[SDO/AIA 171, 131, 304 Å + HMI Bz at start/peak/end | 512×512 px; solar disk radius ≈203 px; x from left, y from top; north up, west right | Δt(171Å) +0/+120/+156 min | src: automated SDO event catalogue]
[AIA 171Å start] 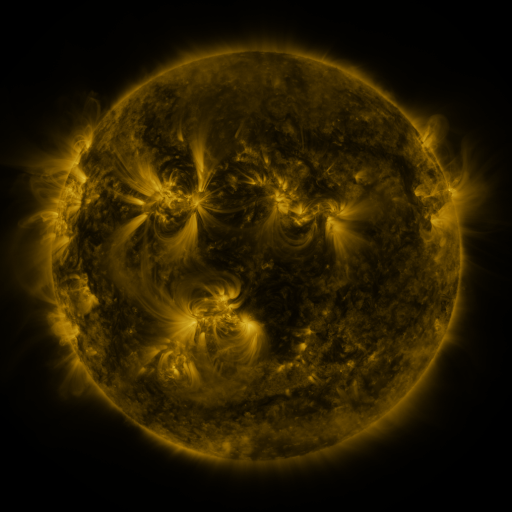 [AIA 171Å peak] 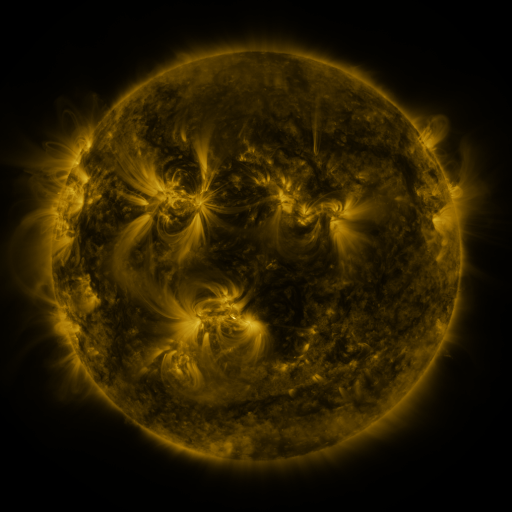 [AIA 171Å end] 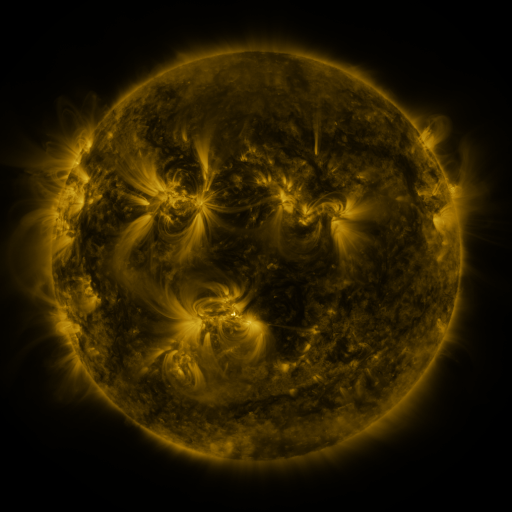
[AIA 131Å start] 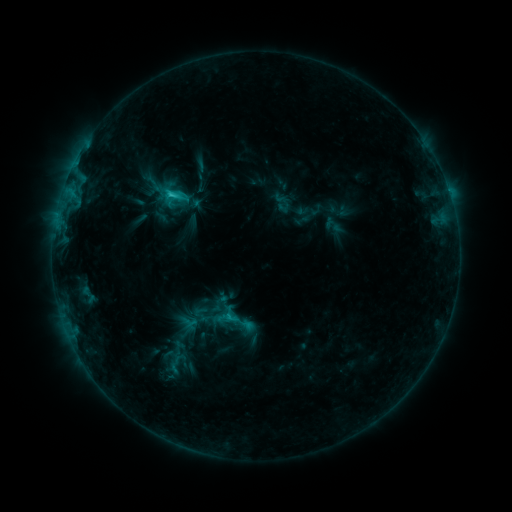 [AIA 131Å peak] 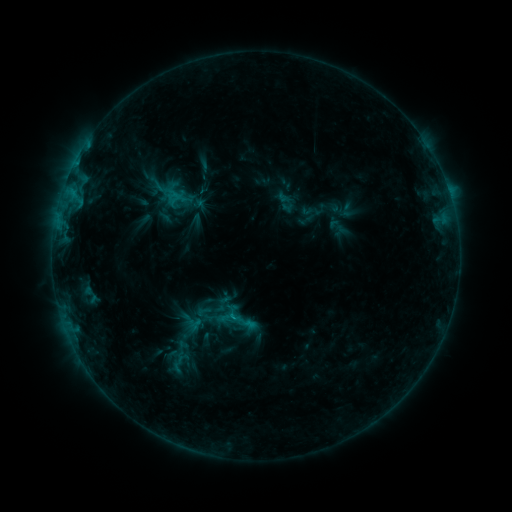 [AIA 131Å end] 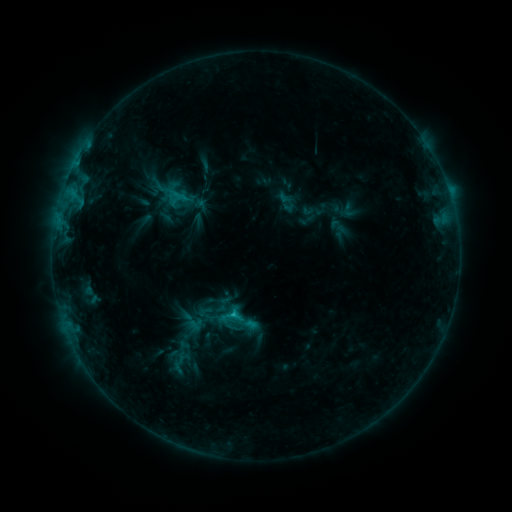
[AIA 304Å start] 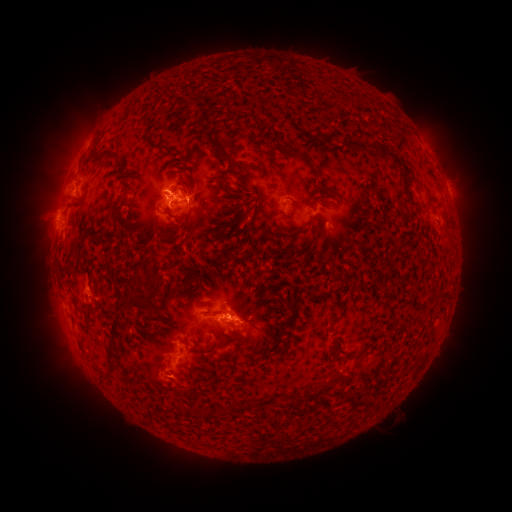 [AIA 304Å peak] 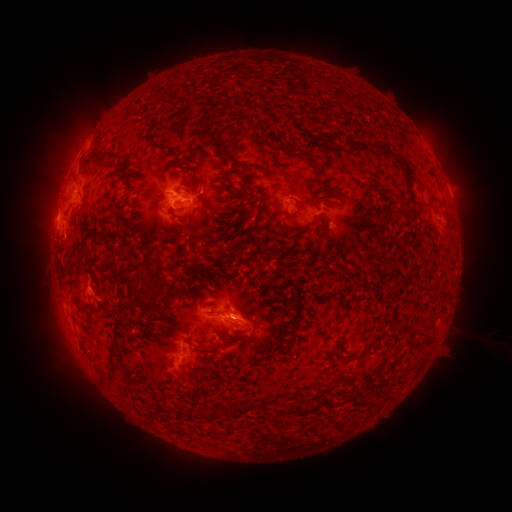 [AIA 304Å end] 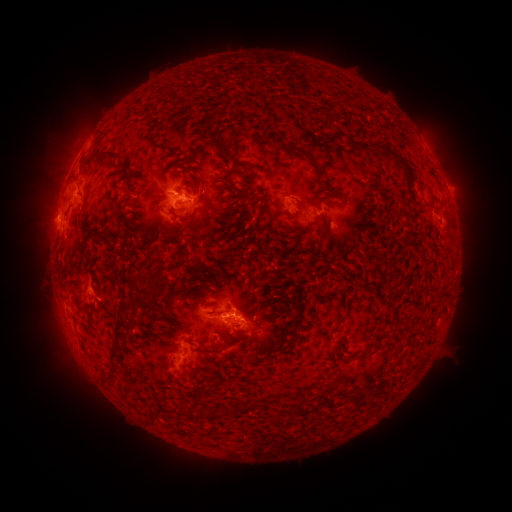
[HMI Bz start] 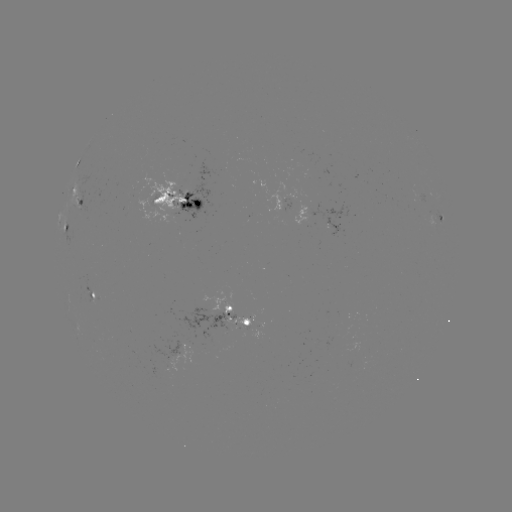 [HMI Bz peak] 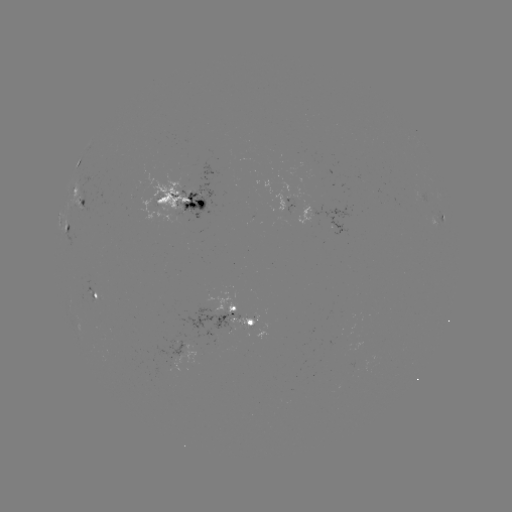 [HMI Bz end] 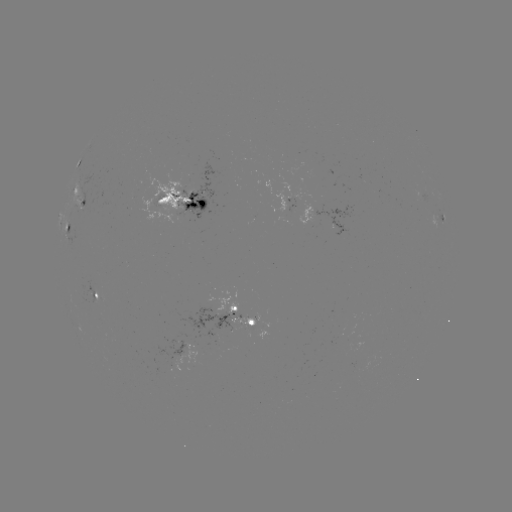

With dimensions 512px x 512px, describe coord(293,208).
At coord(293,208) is emerging-flux region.